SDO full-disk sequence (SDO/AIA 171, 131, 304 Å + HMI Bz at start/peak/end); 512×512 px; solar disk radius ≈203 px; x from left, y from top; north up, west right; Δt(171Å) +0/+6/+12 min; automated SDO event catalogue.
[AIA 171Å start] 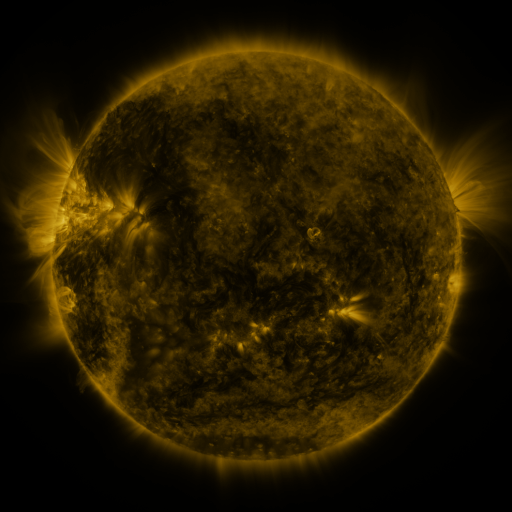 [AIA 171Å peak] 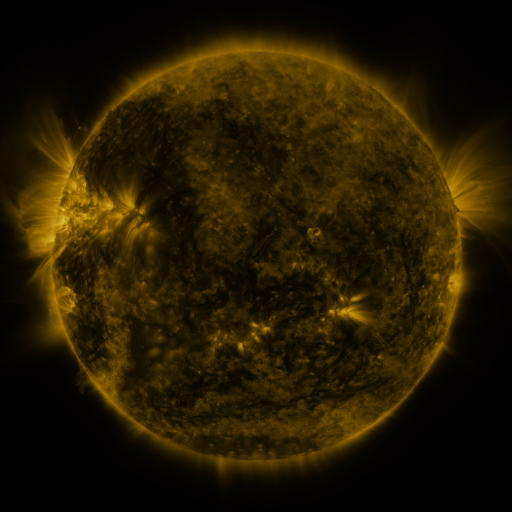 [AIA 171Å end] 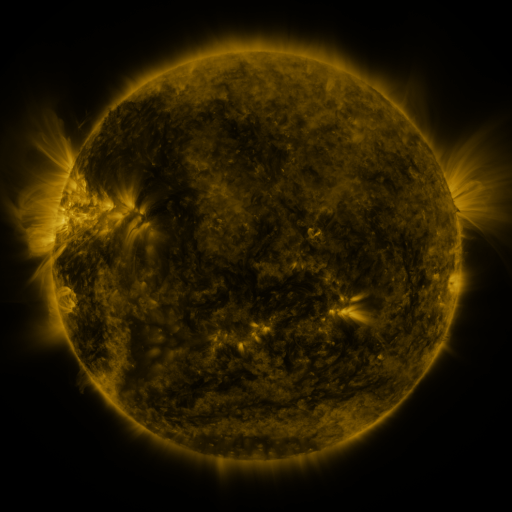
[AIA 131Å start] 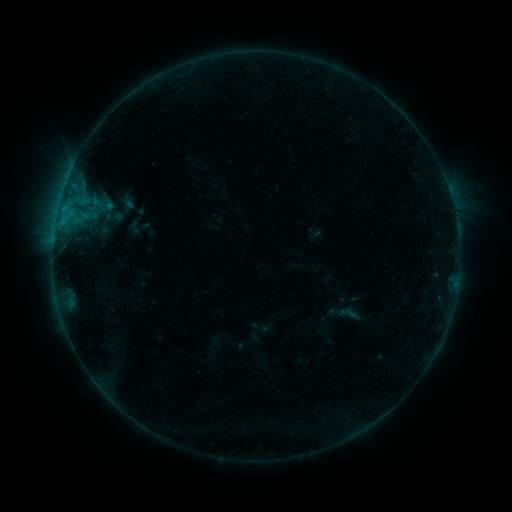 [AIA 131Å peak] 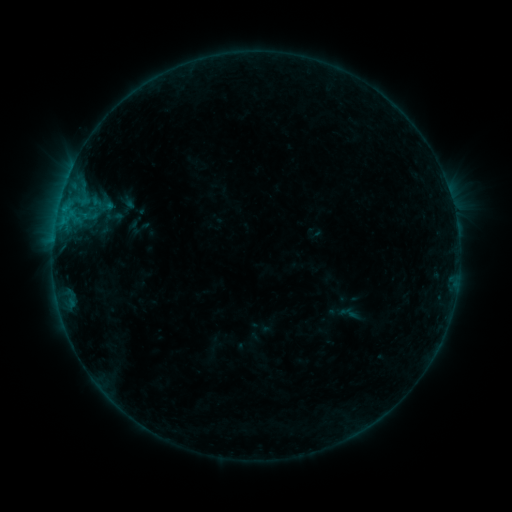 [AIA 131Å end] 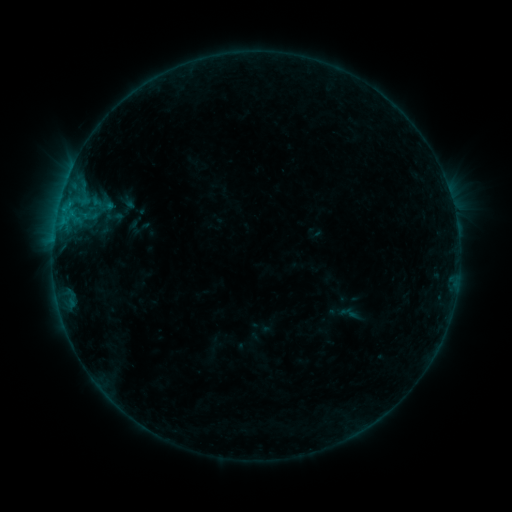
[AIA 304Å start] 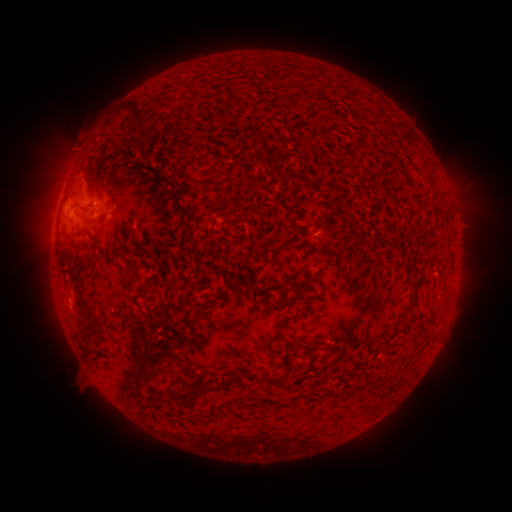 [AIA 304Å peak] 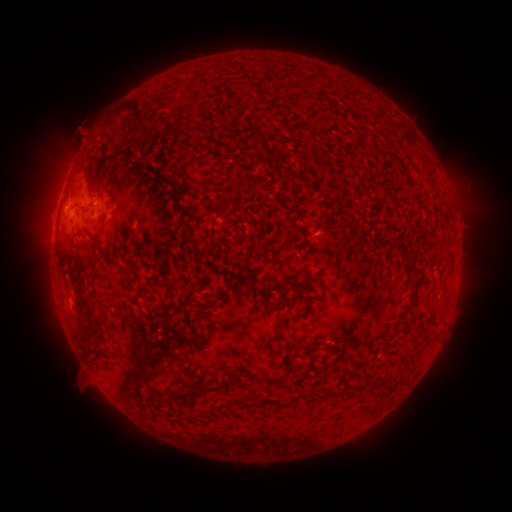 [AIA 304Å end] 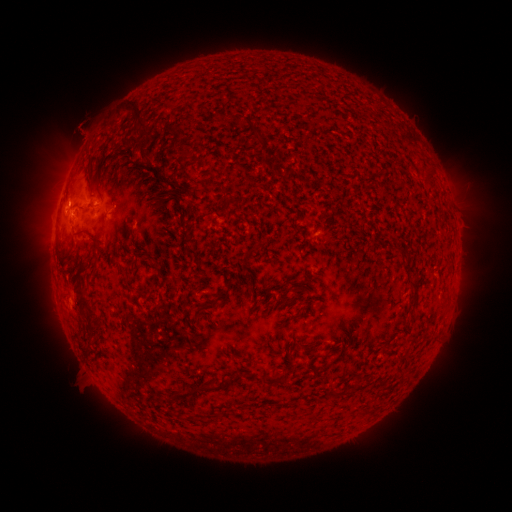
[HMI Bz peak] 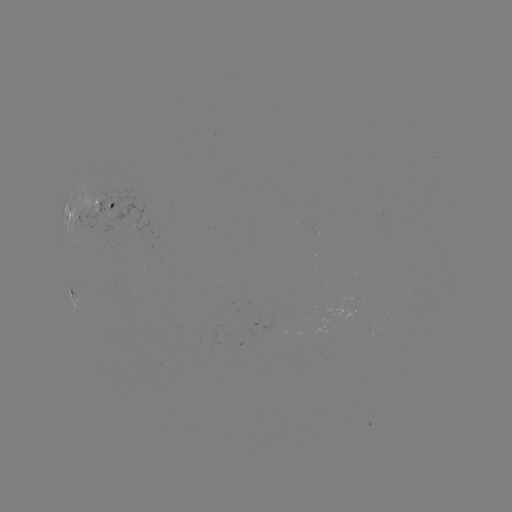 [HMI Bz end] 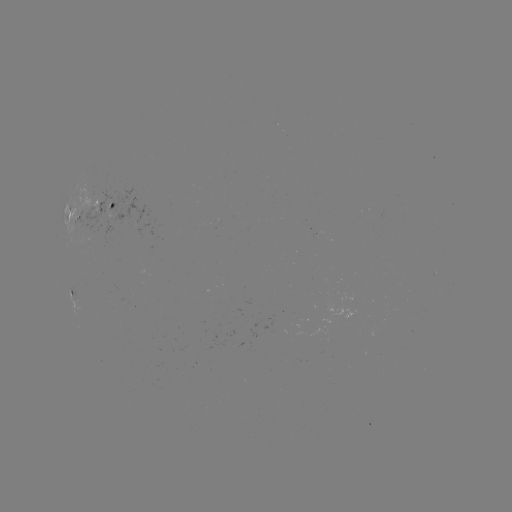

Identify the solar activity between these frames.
eruption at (81, 139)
